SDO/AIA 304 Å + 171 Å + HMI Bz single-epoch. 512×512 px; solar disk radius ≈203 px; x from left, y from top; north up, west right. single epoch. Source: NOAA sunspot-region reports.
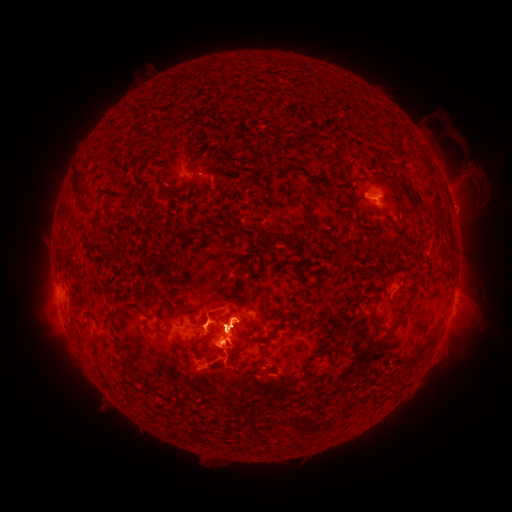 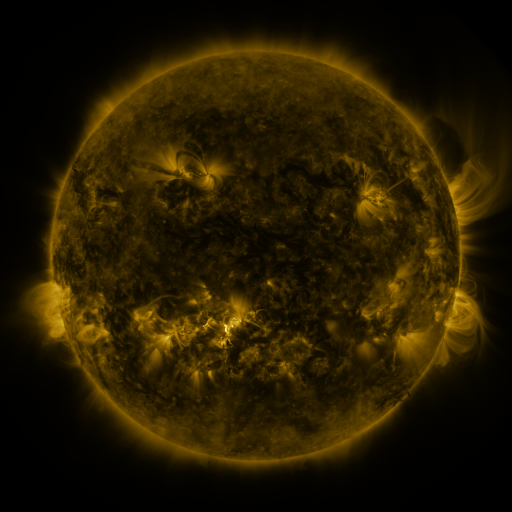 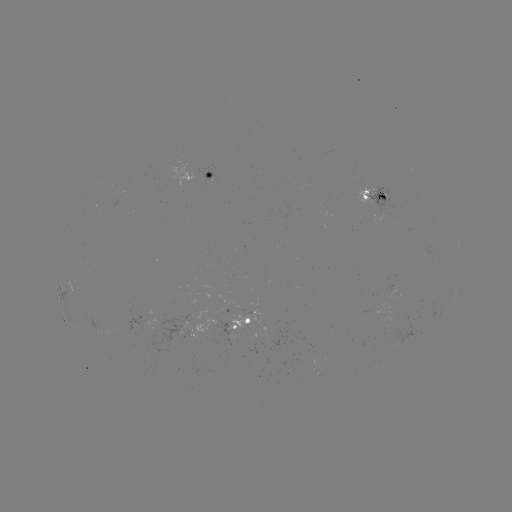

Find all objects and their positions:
spotted active region: (198, 176)
spotted active region: (375, 195)
spotted active region: (451, 203)
spotted active region: (245, 322)
spotted active region: (193, 329)
